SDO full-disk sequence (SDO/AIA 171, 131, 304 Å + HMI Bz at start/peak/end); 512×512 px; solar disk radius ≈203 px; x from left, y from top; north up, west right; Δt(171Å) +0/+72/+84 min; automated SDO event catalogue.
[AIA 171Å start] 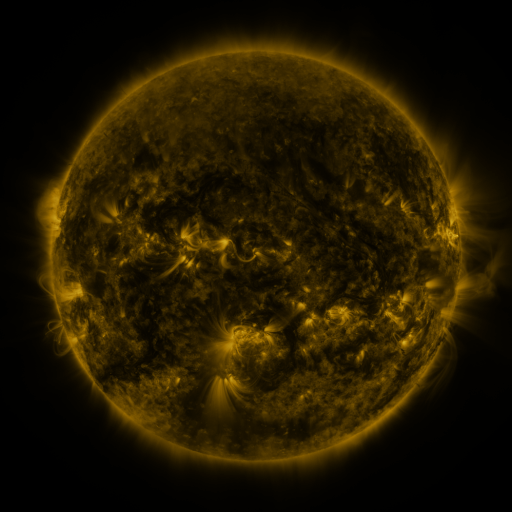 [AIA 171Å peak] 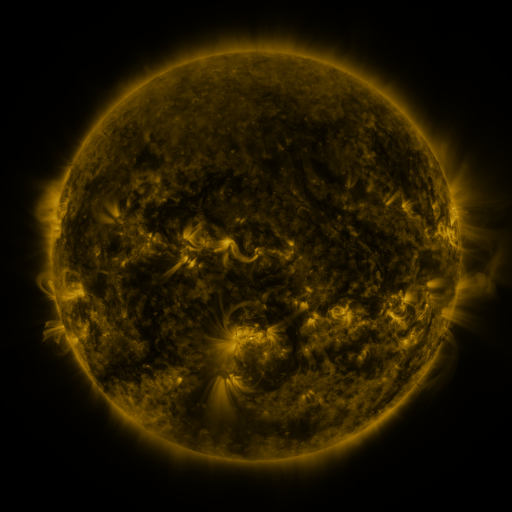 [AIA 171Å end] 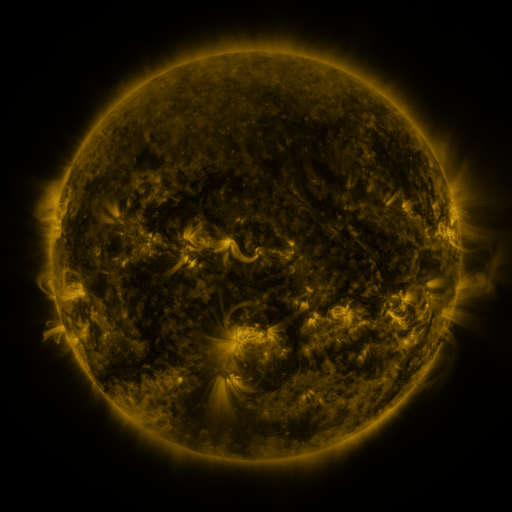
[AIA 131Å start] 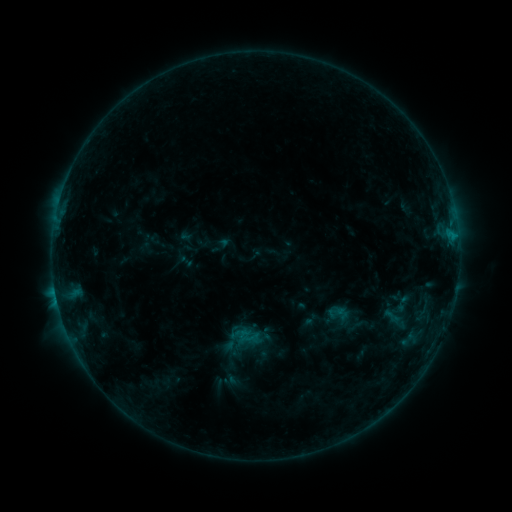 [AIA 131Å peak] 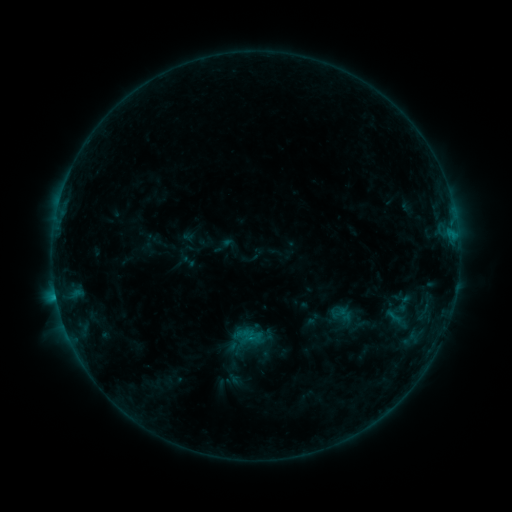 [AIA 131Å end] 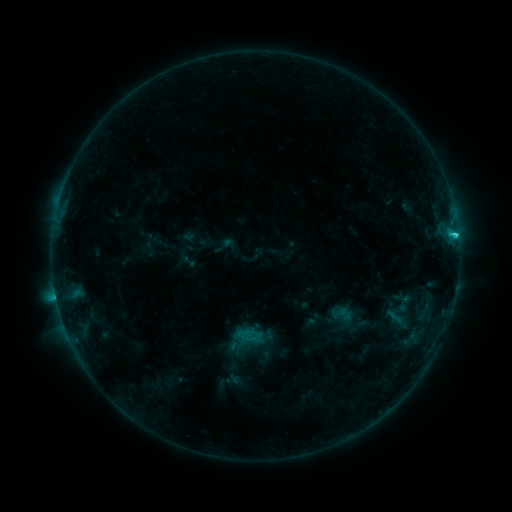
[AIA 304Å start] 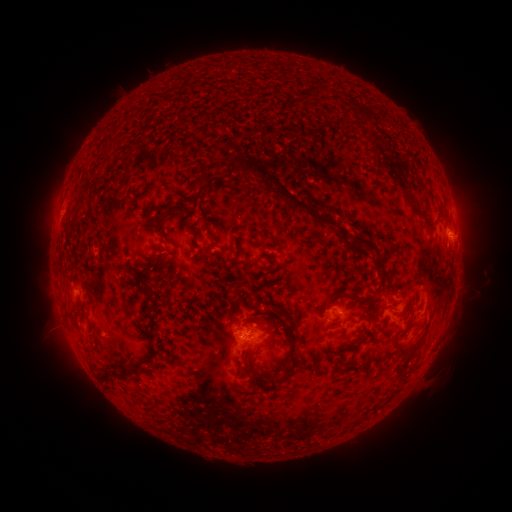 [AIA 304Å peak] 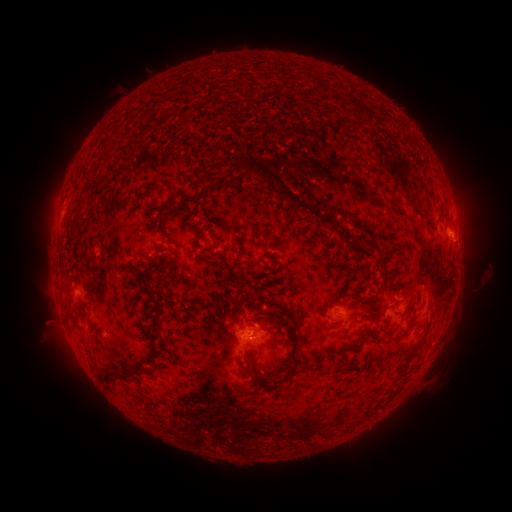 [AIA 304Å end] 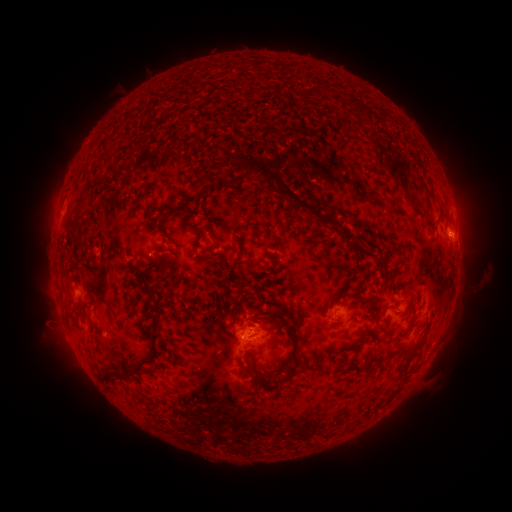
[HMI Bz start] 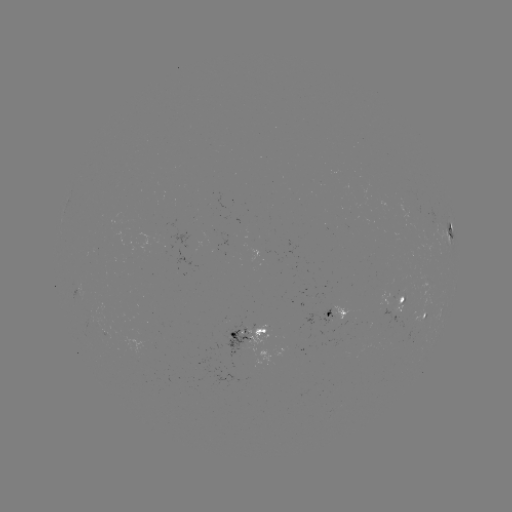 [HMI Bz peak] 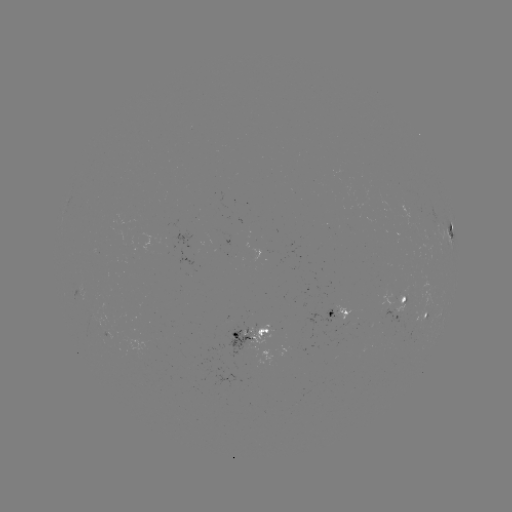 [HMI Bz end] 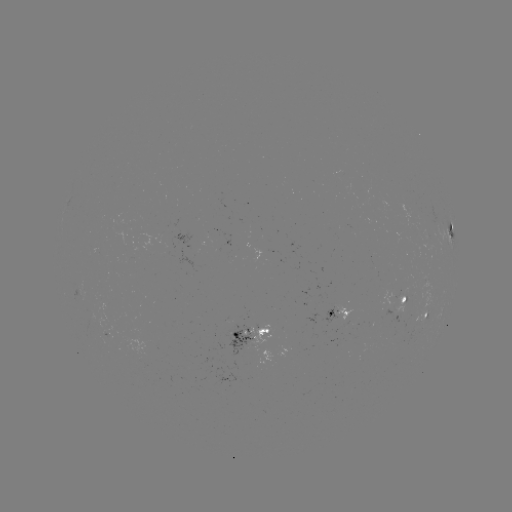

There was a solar emerging-flux region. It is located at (110, 332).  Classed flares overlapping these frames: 1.